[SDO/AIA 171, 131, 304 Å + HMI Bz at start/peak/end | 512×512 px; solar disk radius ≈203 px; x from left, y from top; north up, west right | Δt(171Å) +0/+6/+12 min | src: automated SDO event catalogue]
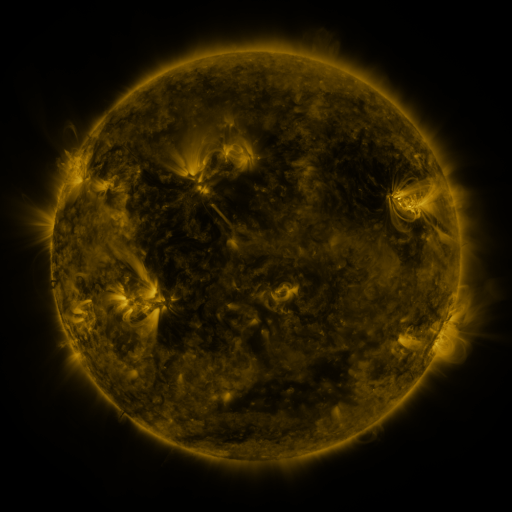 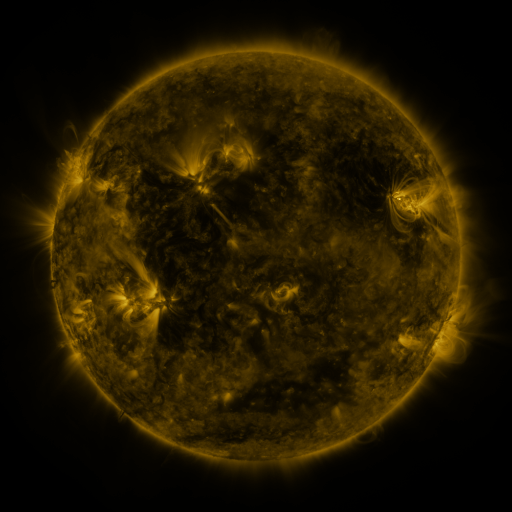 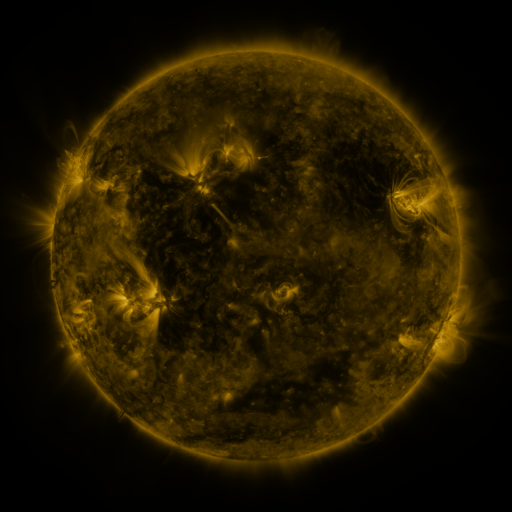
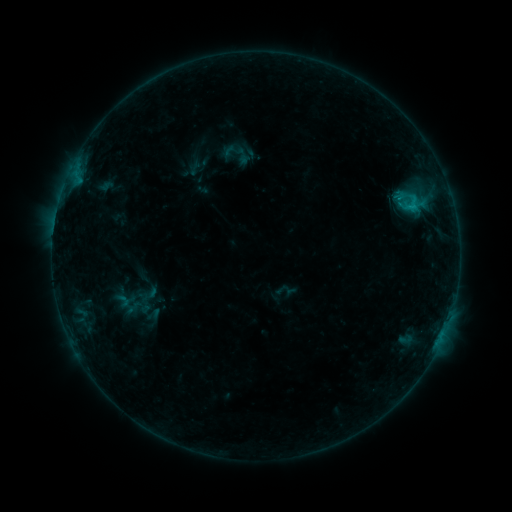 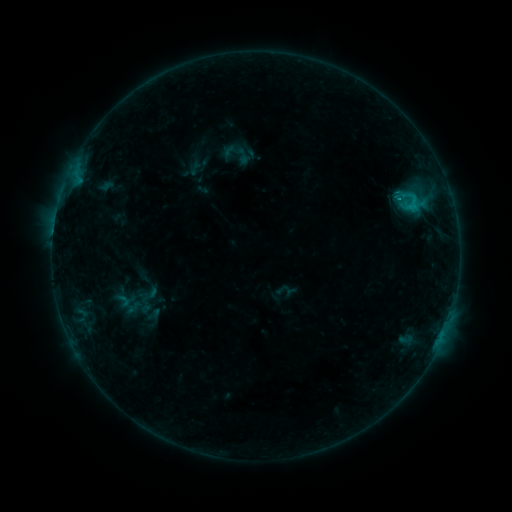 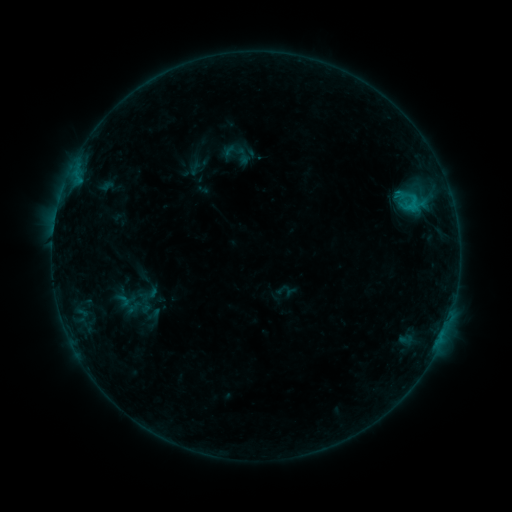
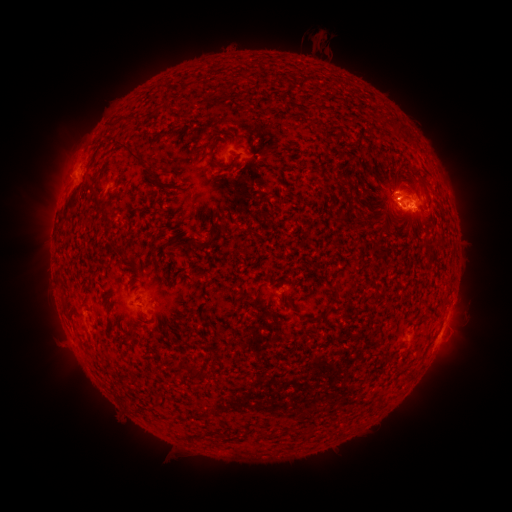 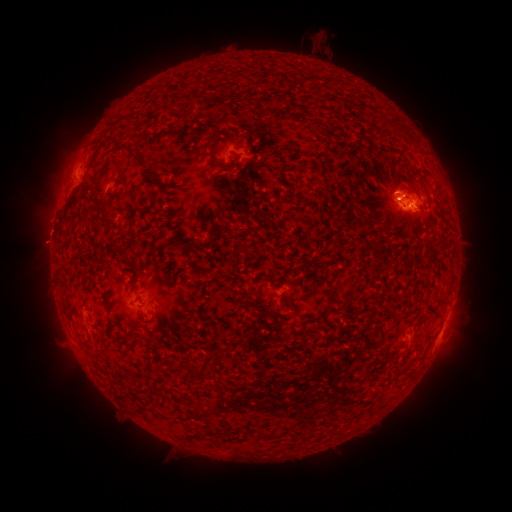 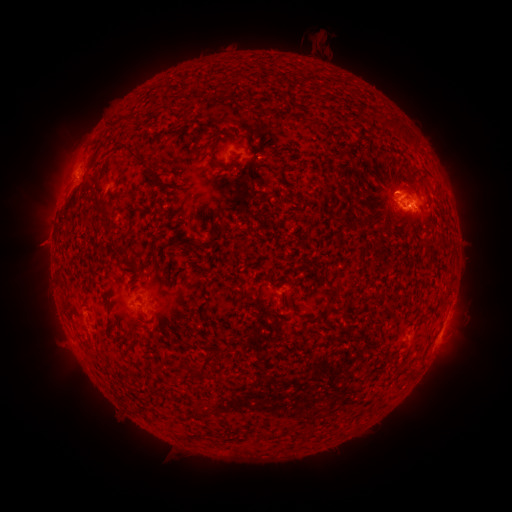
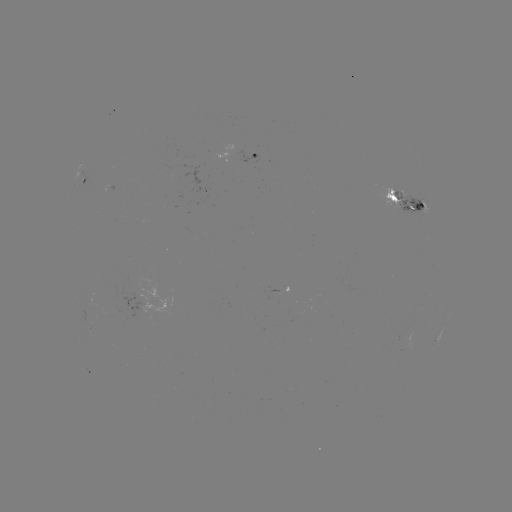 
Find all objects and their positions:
eruption: (51, 203)
